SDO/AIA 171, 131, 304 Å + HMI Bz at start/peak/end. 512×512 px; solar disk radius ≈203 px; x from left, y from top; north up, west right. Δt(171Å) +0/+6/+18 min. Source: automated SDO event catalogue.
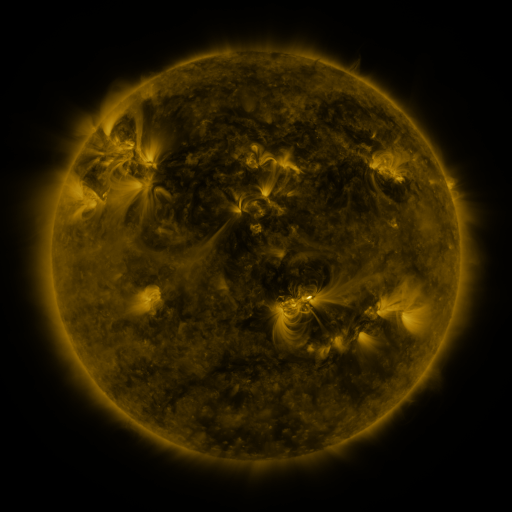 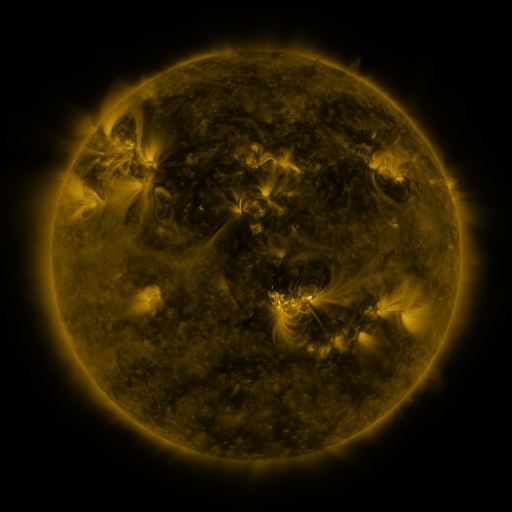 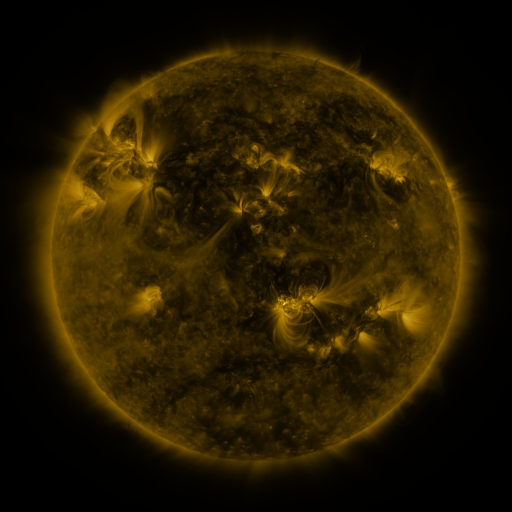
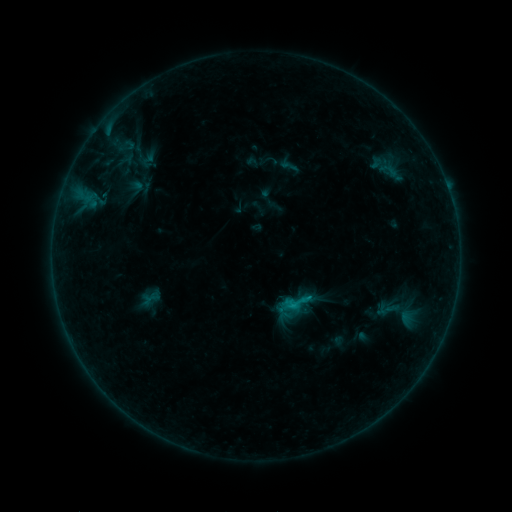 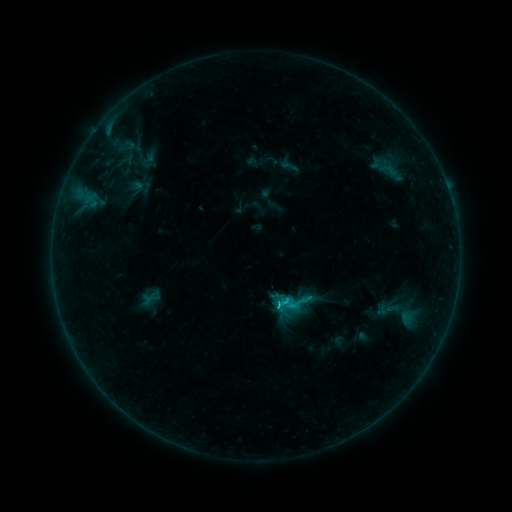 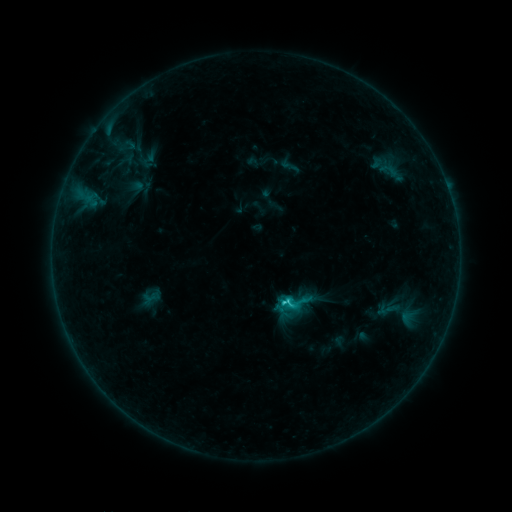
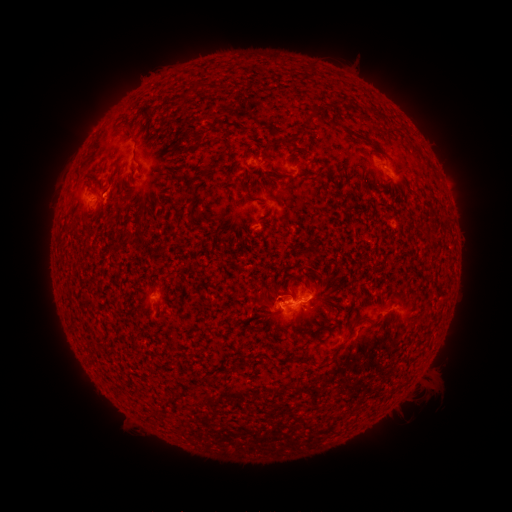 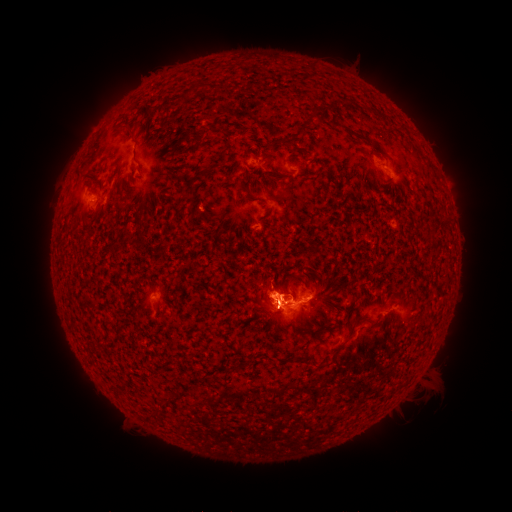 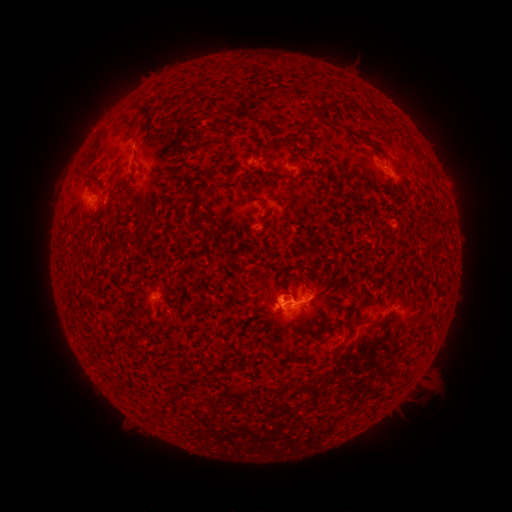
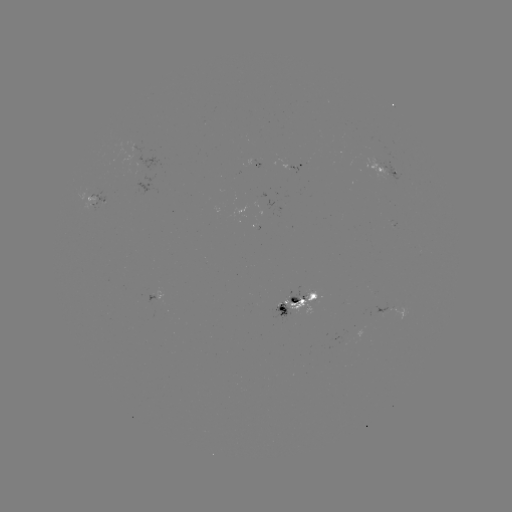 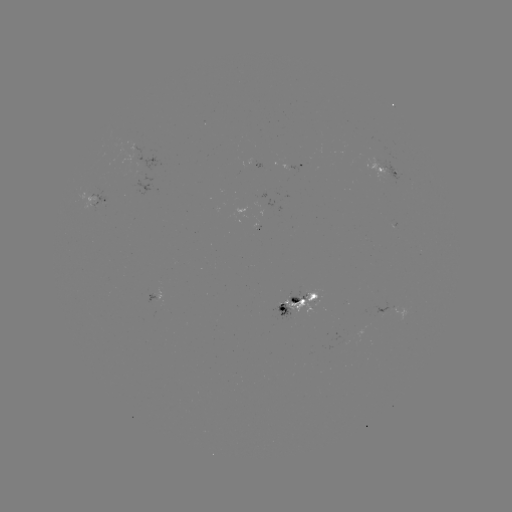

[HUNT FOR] C2.7 flare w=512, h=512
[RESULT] [275, 306]